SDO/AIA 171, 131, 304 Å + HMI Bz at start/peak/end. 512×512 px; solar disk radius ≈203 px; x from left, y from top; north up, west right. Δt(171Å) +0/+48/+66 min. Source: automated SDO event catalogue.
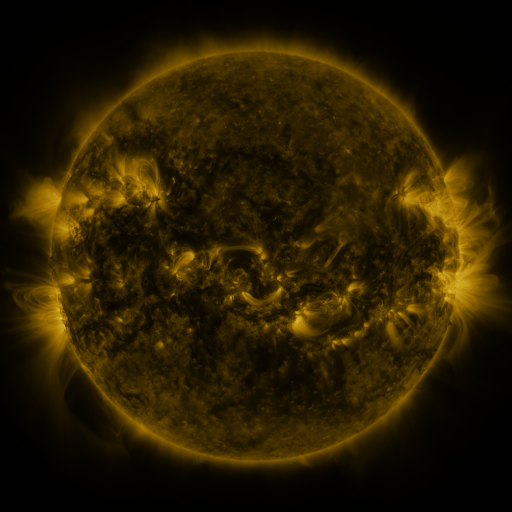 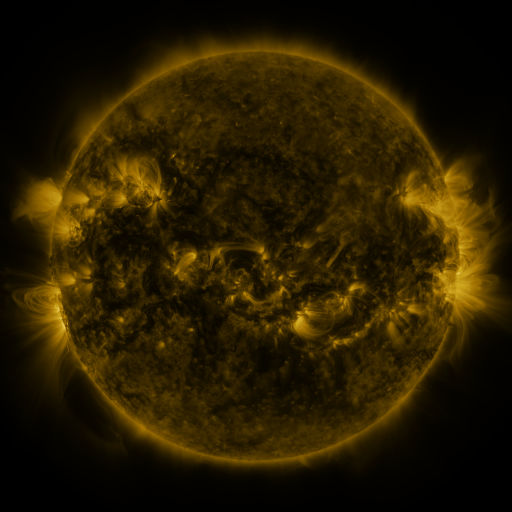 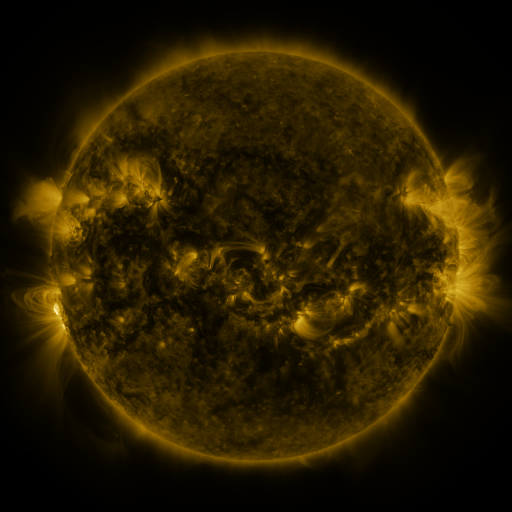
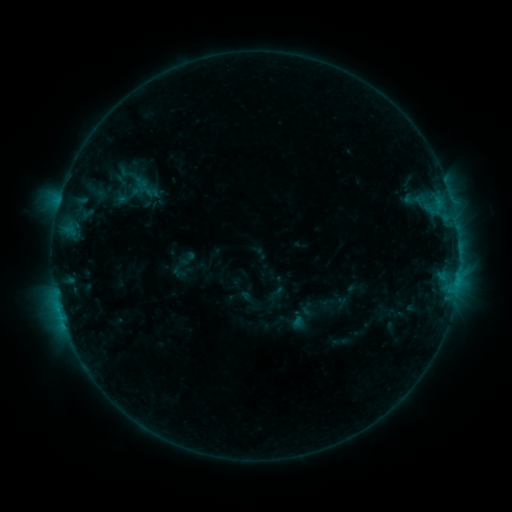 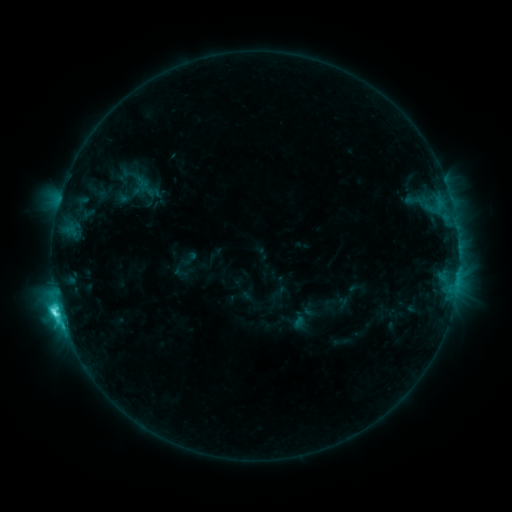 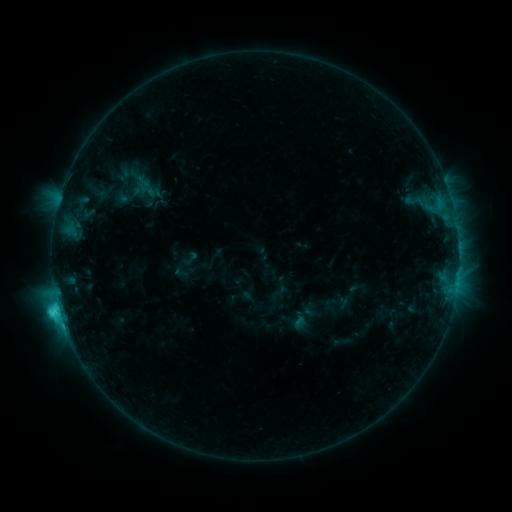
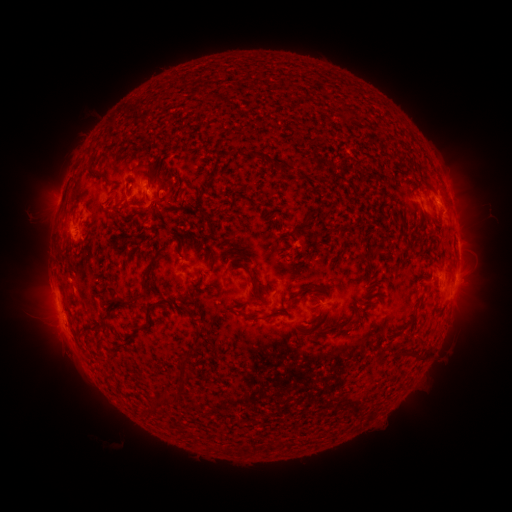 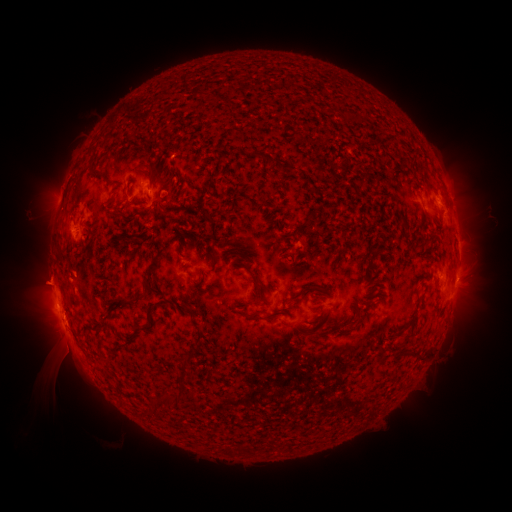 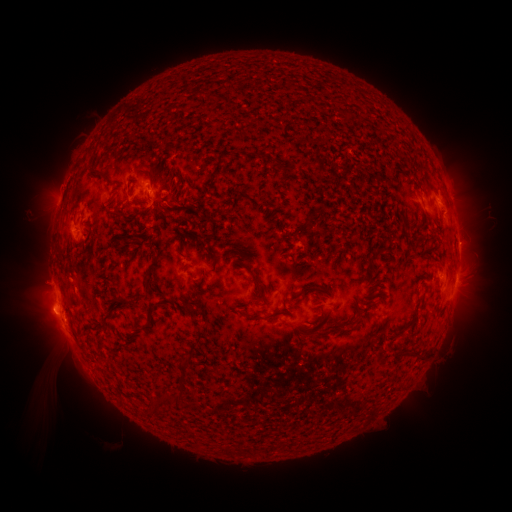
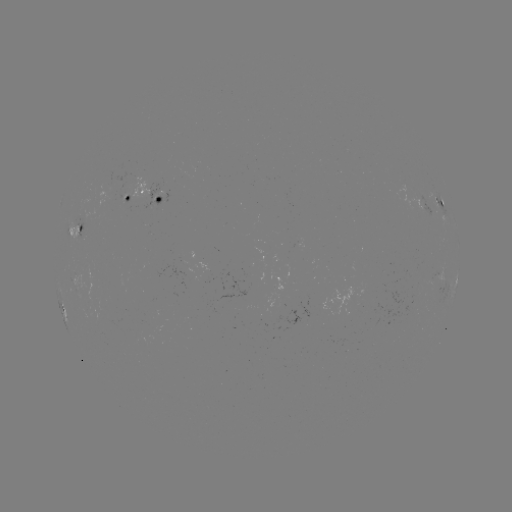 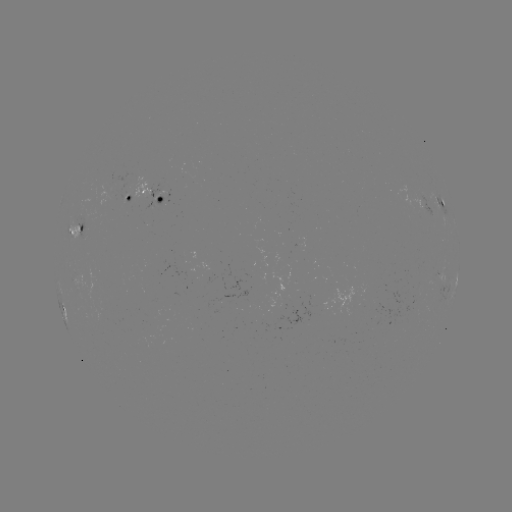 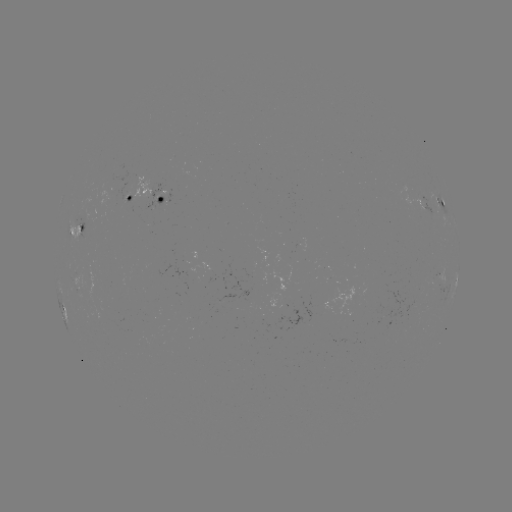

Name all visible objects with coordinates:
C5.3 flare: (59, 307)
